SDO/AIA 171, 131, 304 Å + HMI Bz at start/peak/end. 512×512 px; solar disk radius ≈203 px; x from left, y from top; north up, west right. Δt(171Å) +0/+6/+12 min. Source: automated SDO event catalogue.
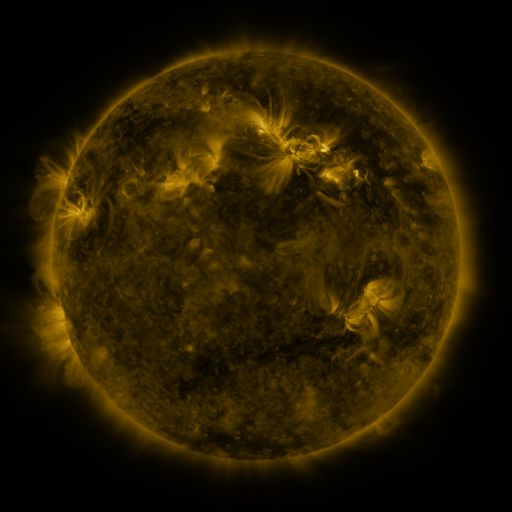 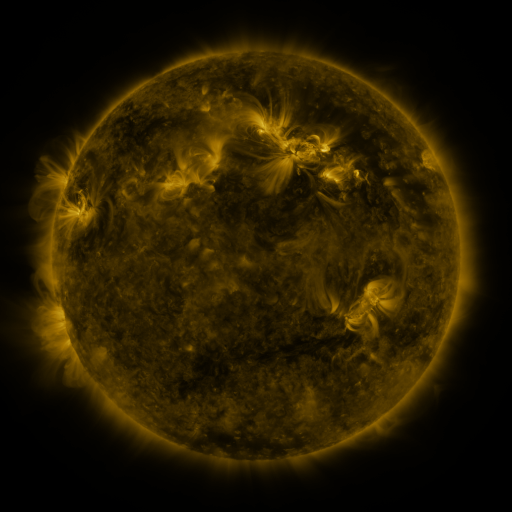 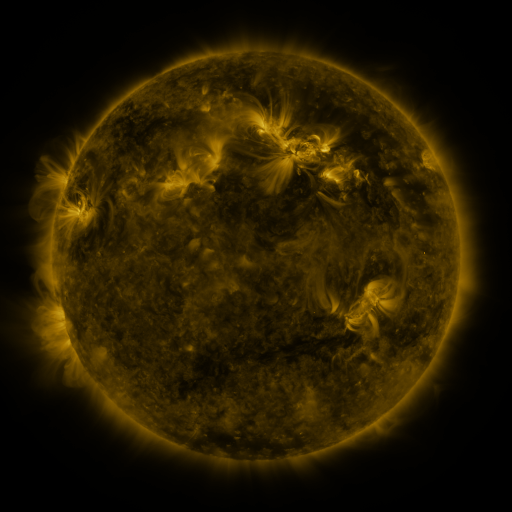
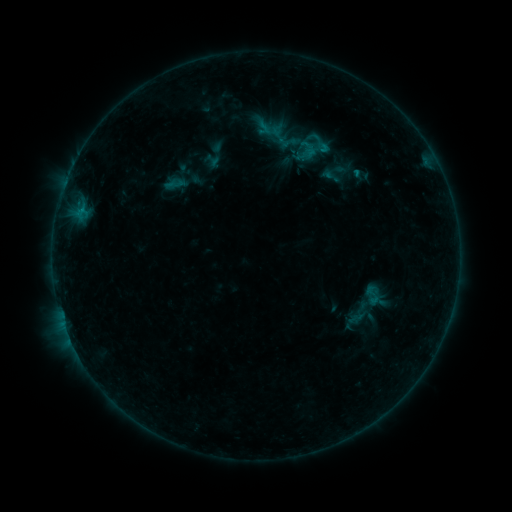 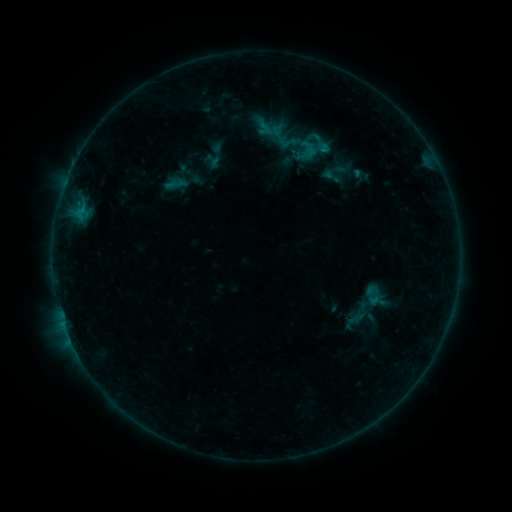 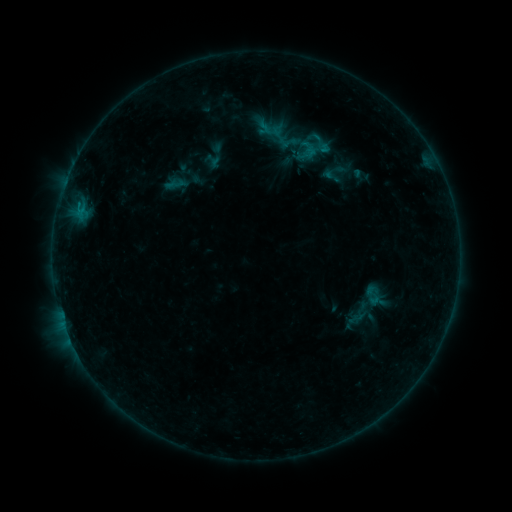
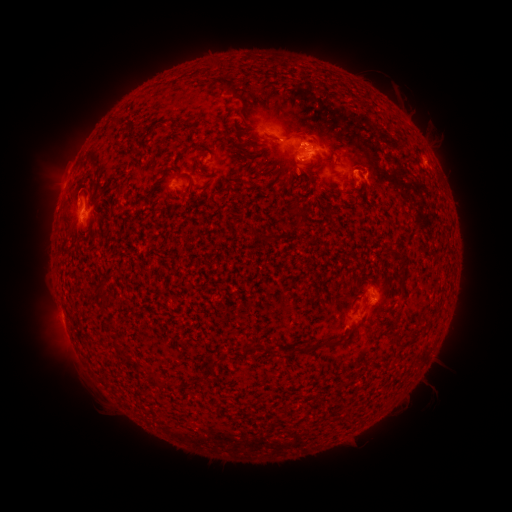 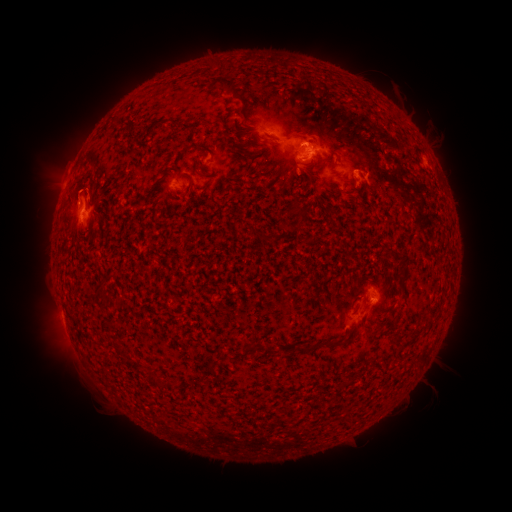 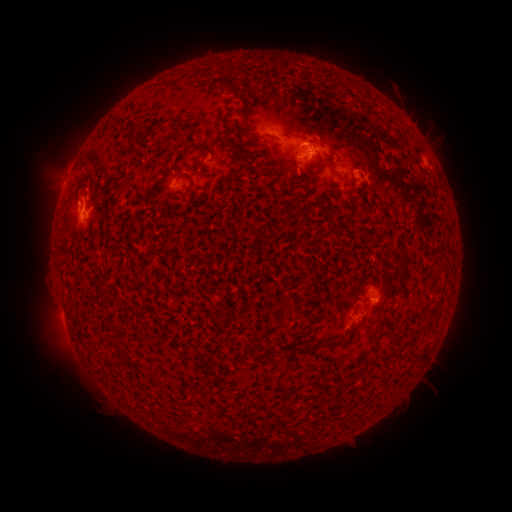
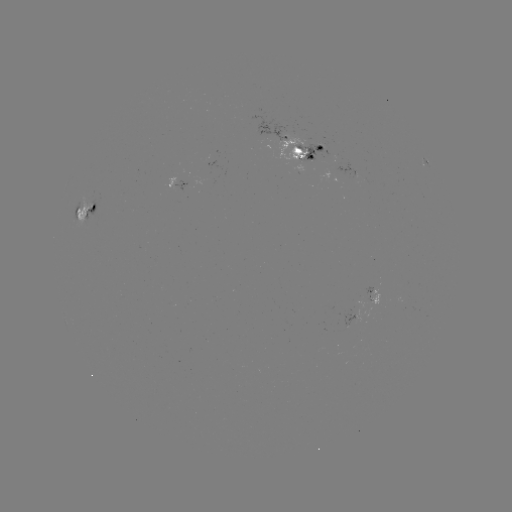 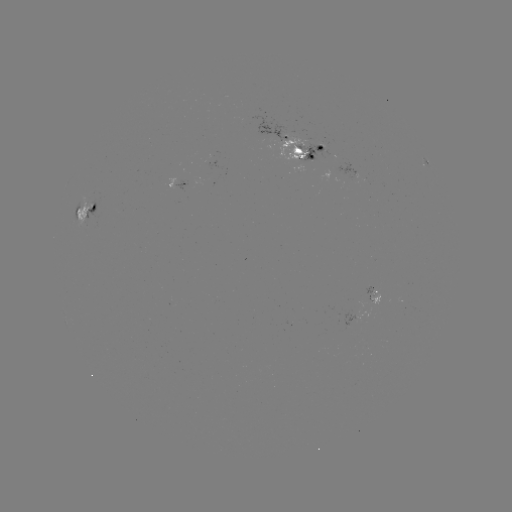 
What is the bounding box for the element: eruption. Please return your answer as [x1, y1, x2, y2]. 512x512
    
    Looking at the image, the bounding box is [27, 163, 106, 207].